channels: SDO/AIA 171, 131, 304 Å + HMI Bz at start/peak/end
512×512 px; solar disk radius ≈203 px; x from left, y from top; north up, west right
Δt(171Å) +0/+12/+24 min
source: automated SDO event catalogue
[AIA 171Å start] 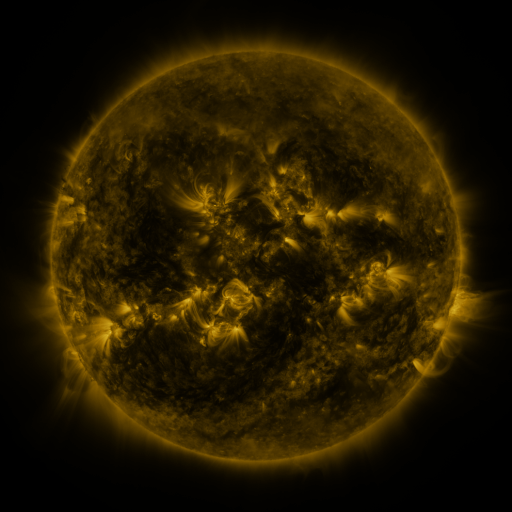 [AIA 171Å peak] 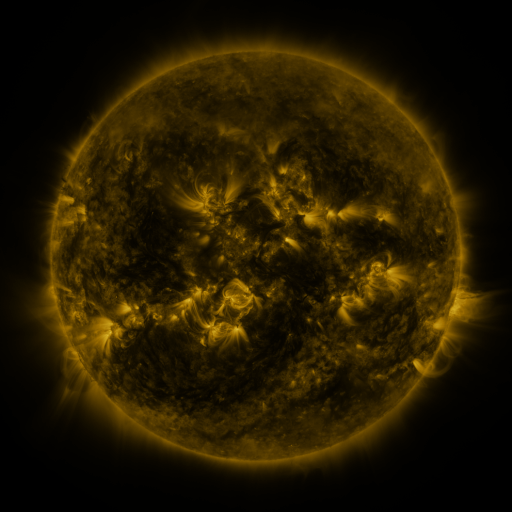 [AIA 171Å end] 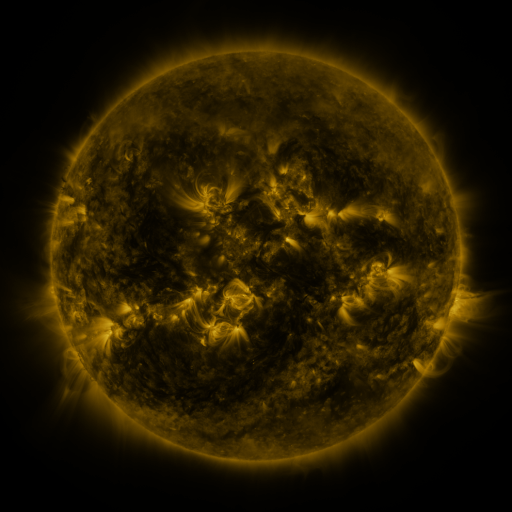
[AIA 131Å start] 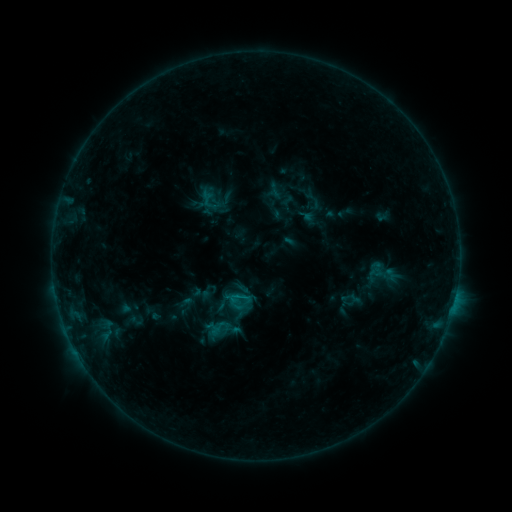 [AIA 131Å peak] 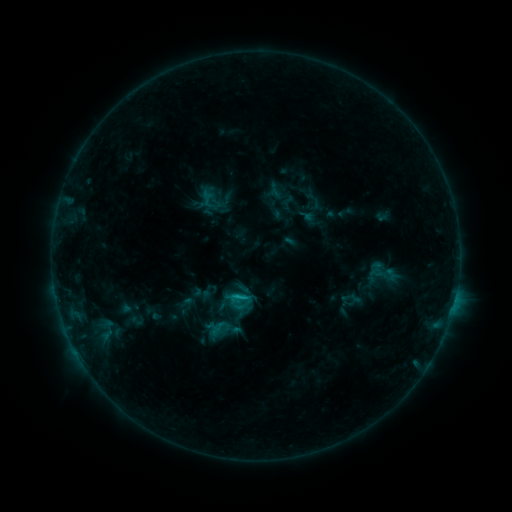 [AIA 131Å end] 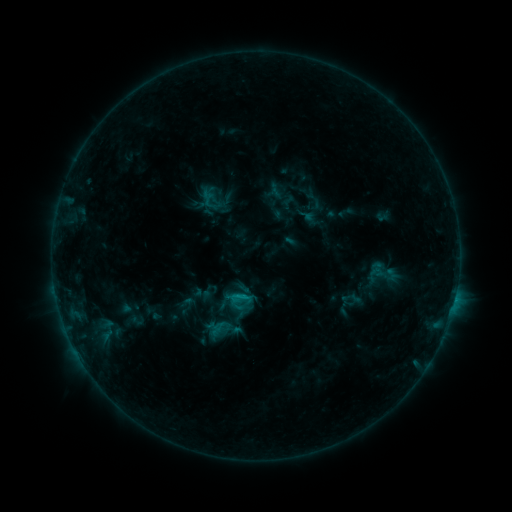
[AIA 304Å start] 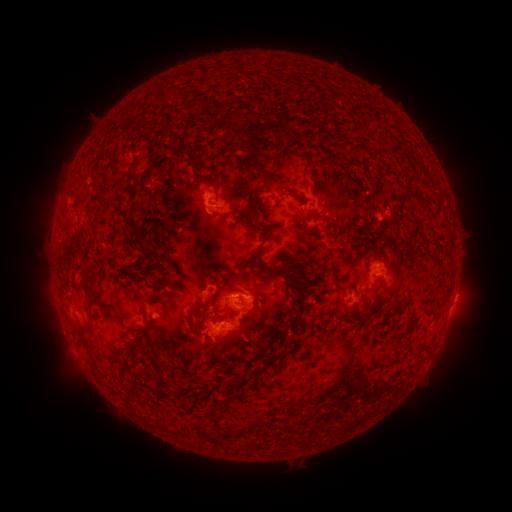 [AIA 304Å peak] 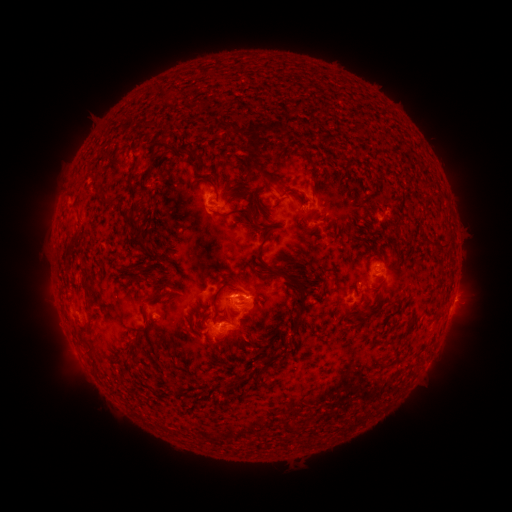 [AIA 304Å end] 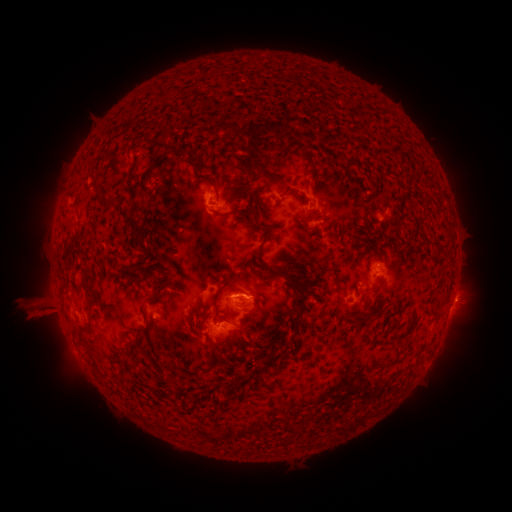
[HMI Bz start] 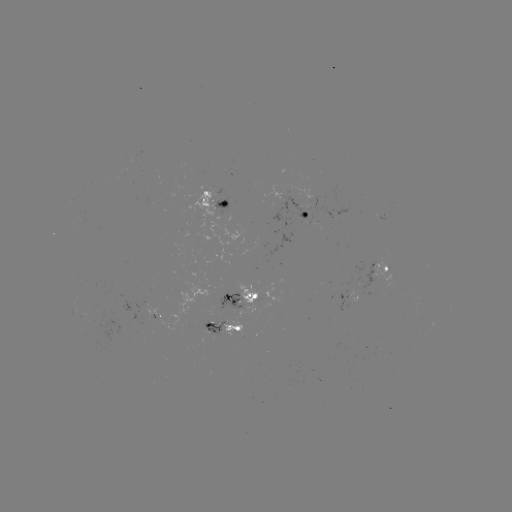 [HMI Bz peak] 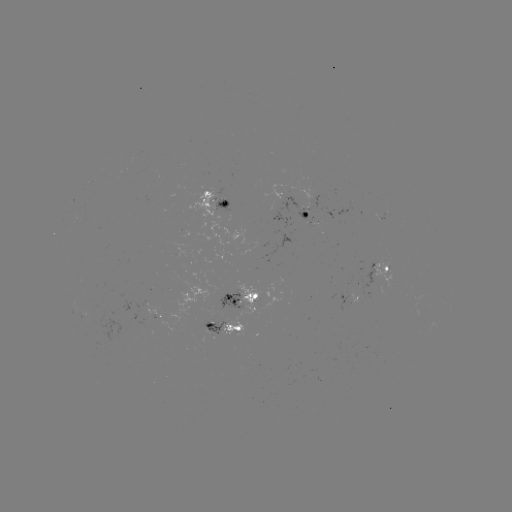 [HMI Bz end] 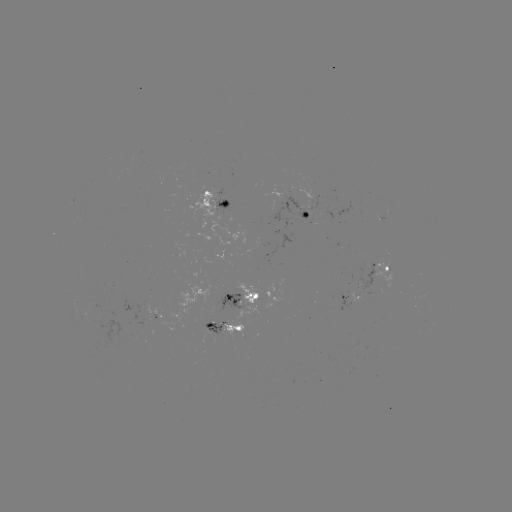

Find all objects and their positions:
B9.9 flare: (357, 281)
